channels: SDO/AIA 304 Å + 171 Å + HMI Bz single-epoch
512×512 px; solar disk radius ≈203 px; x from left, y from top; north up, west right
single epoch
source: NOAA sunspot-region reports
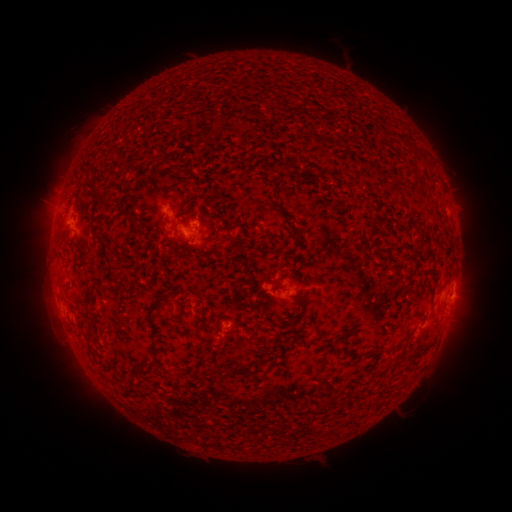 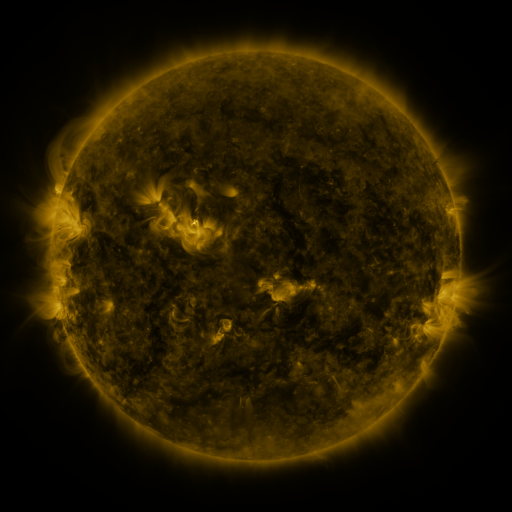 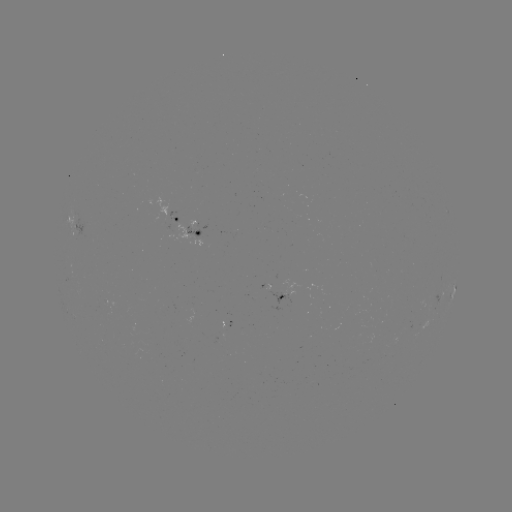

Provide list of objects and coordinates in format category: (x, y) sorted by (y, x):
spotted active region: (441, 220)
spotted active region: (178, 221)
spotted active region: (193, 232)
spotted active region: (453, 268)
spotted active region: (287, 292)
